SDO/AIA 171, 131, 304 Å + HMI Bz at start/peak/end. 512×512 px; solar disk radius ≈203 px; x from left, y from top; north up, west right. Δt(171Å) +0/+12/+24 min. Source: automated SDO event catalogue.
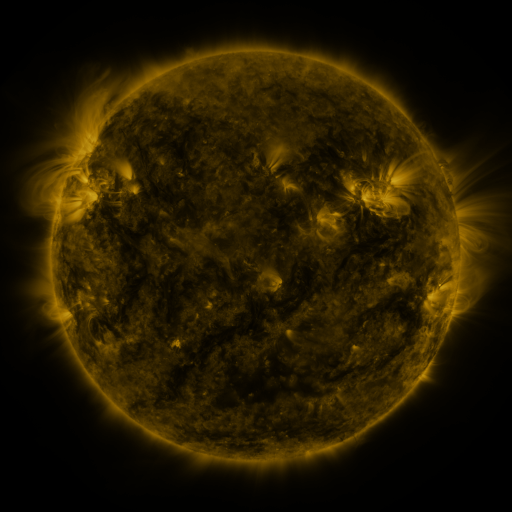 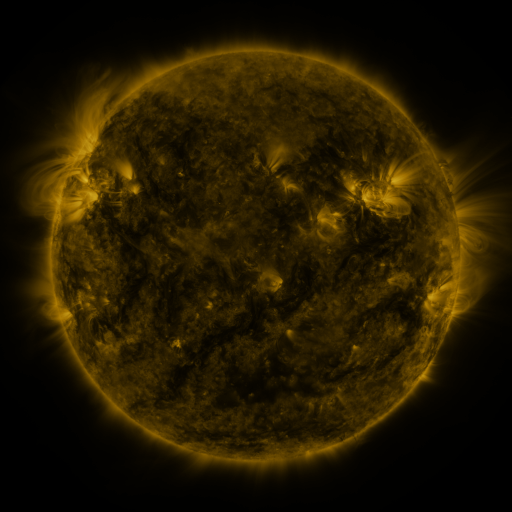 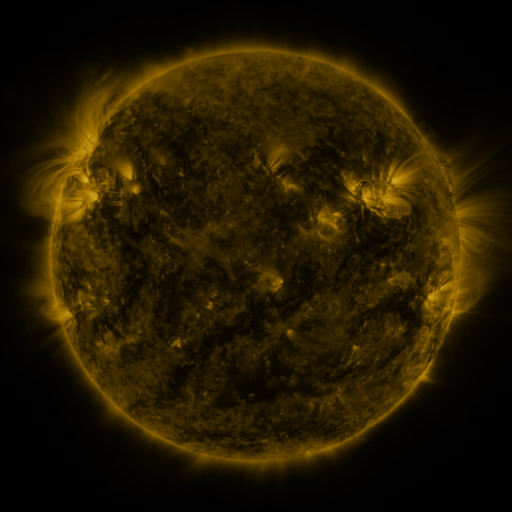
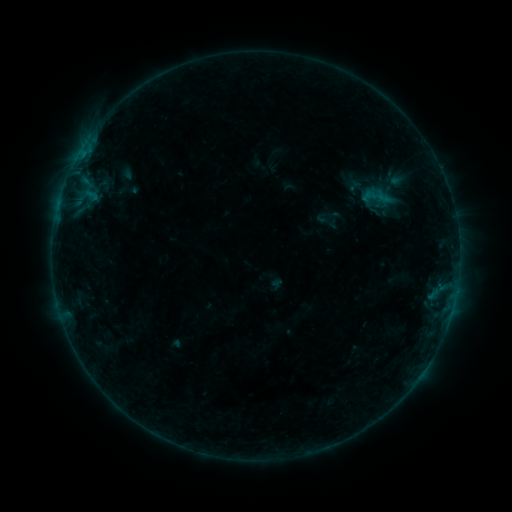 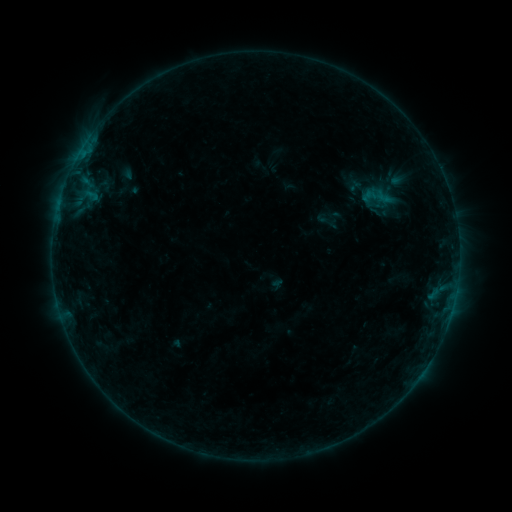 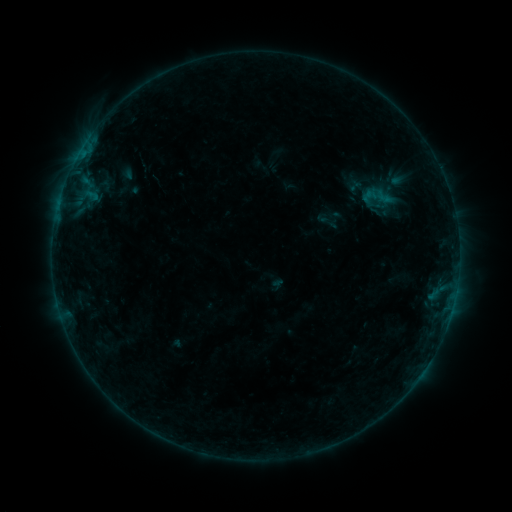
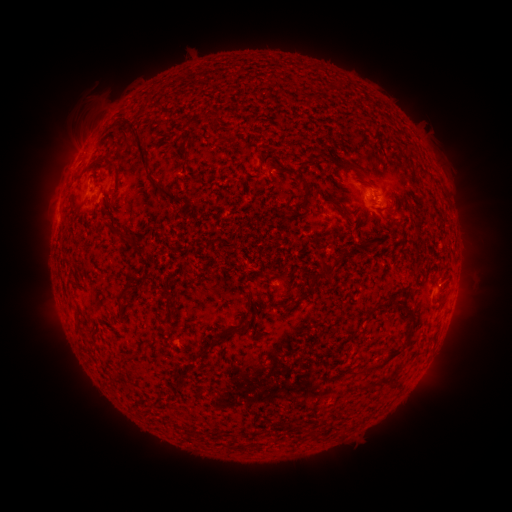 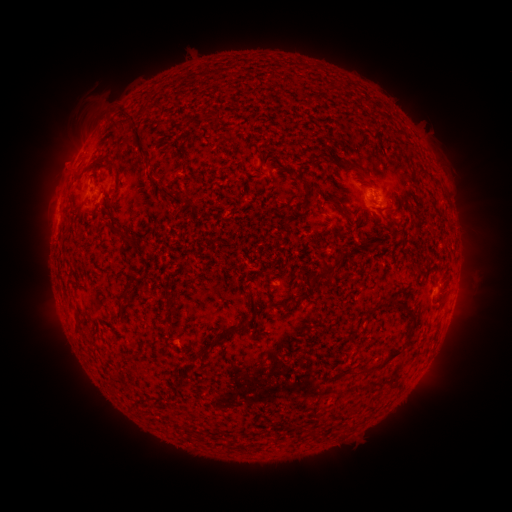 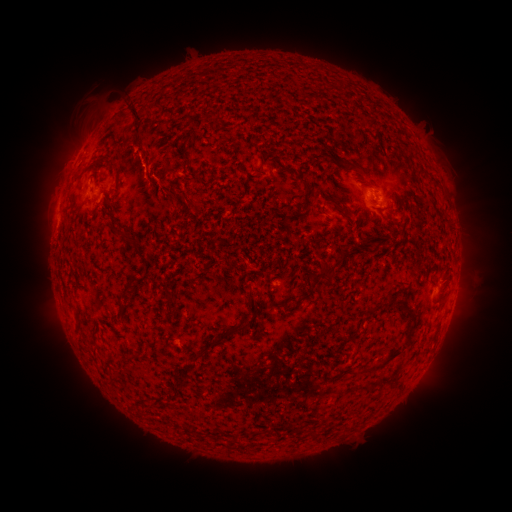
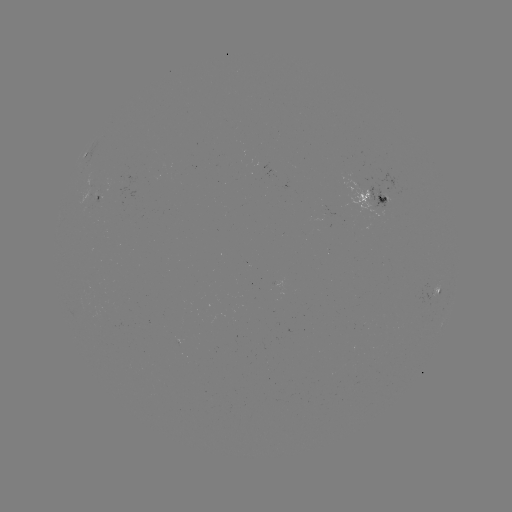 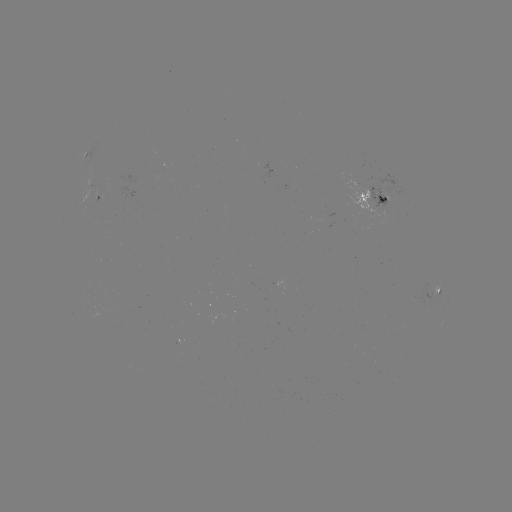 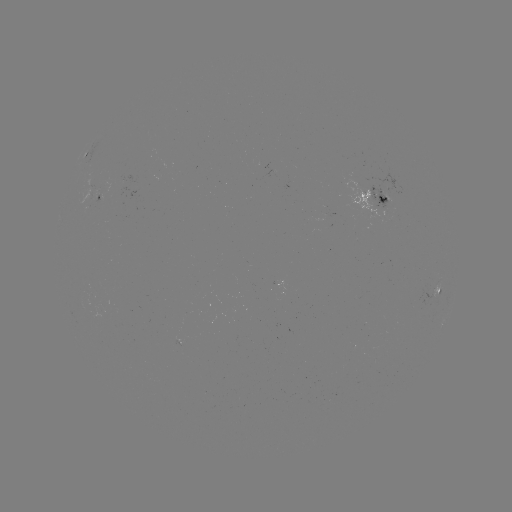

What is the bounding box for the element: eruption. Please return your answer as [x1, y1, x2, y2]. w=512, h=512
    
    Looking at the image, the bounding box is [104, 89, 157, 145].